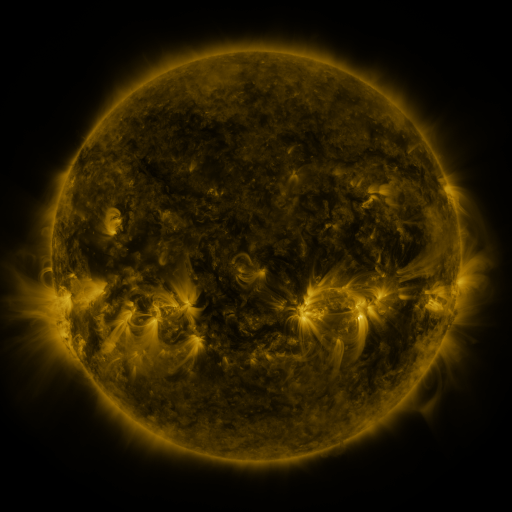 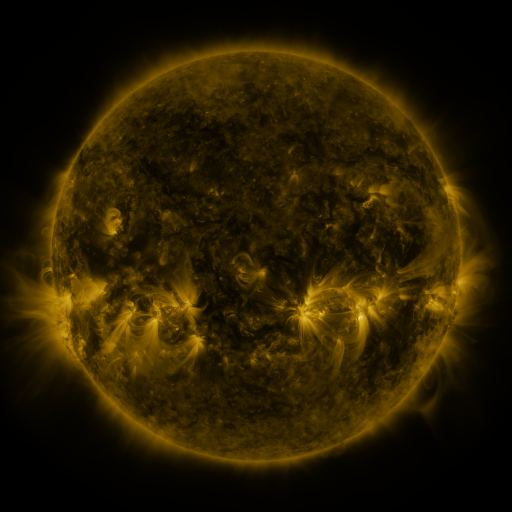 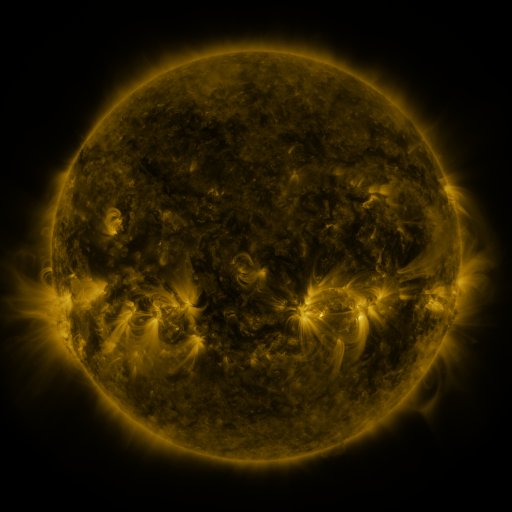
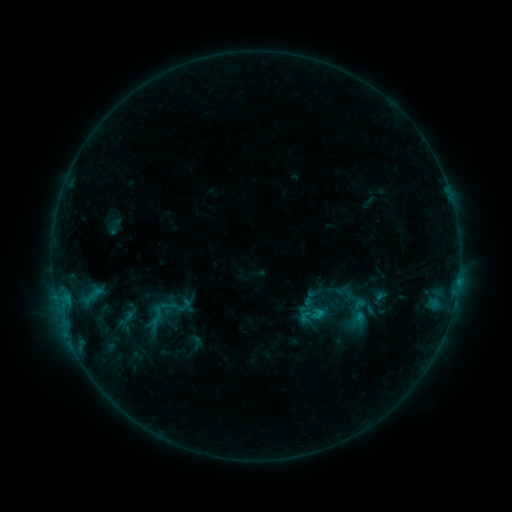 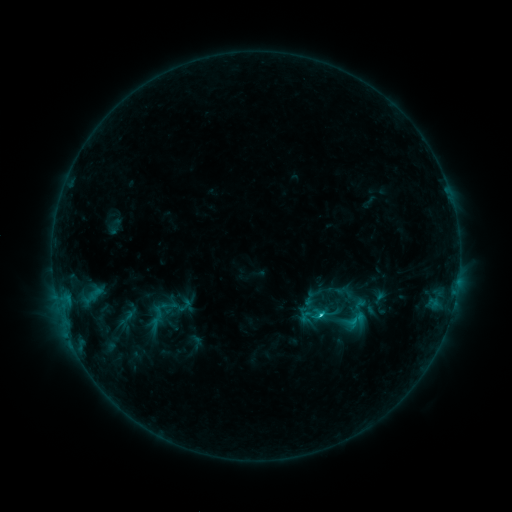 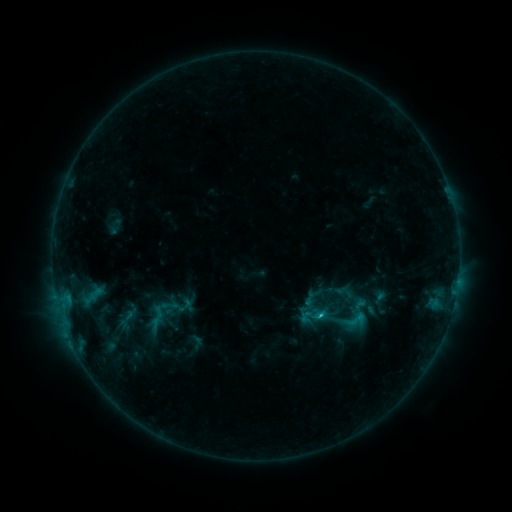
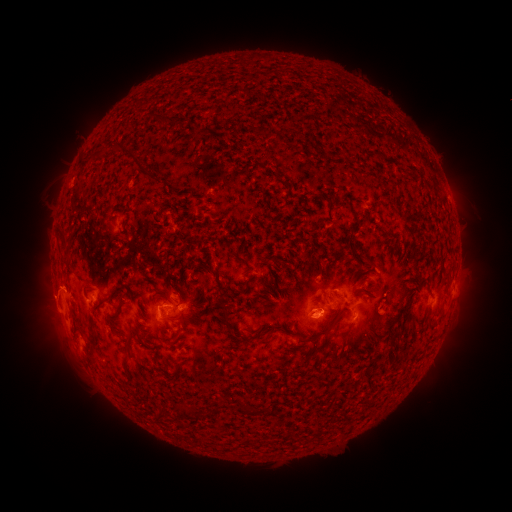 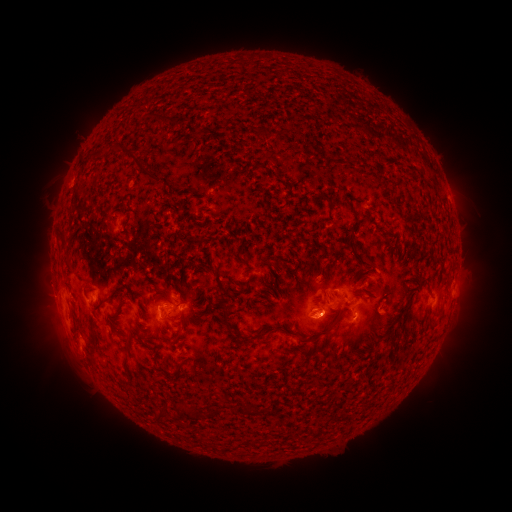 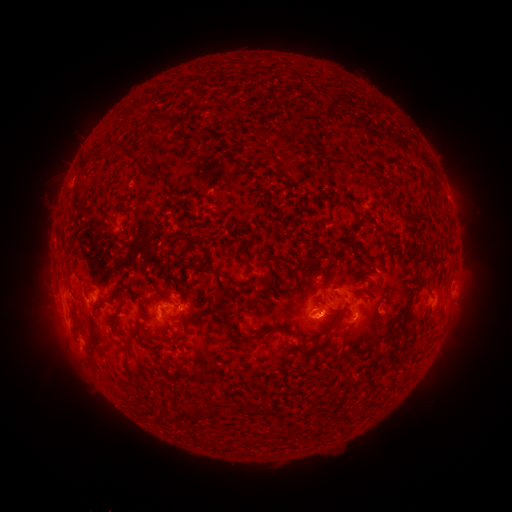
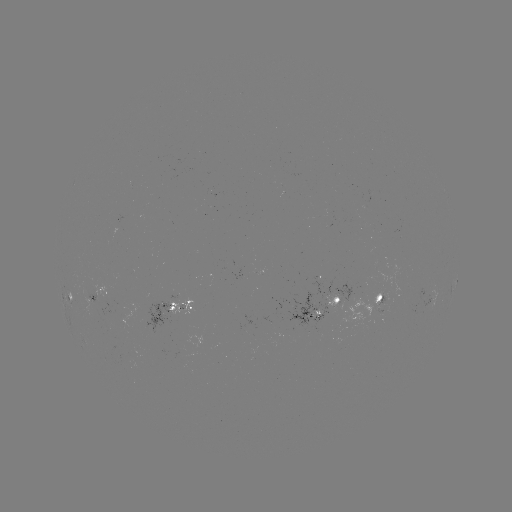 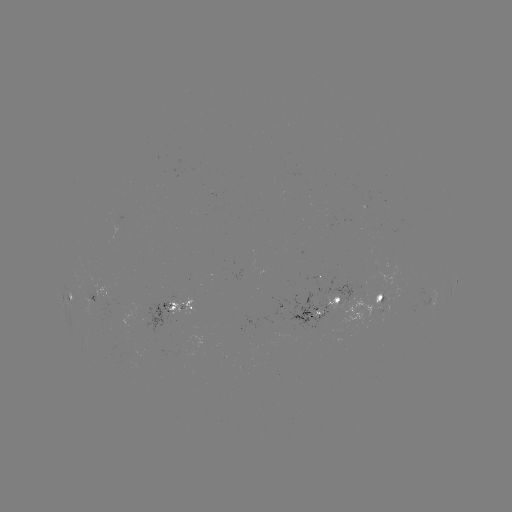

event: flare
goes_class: C1.7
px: (321, 314)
